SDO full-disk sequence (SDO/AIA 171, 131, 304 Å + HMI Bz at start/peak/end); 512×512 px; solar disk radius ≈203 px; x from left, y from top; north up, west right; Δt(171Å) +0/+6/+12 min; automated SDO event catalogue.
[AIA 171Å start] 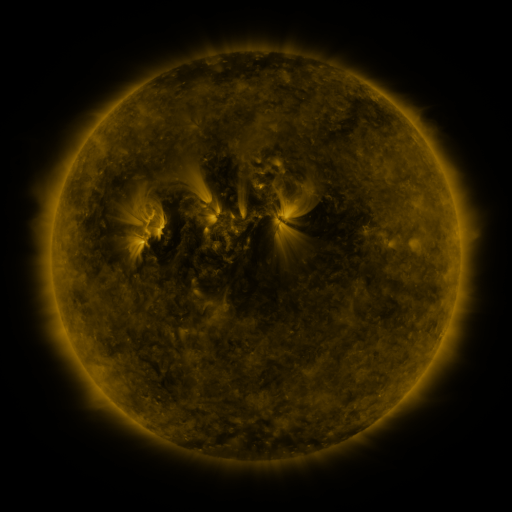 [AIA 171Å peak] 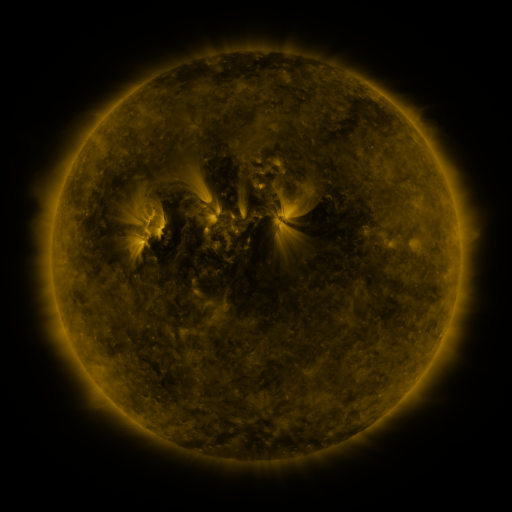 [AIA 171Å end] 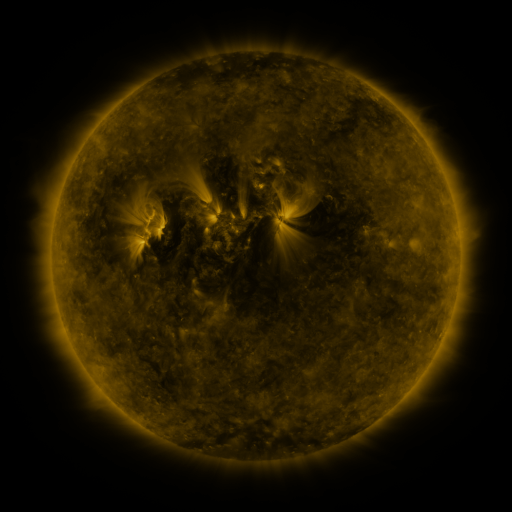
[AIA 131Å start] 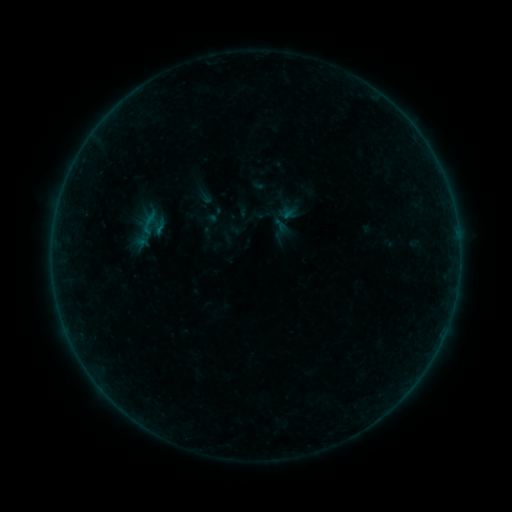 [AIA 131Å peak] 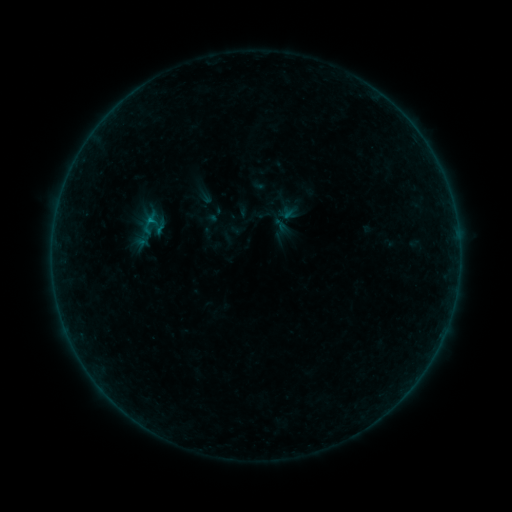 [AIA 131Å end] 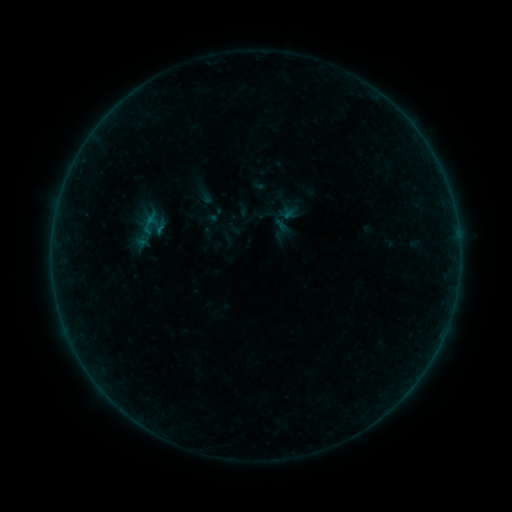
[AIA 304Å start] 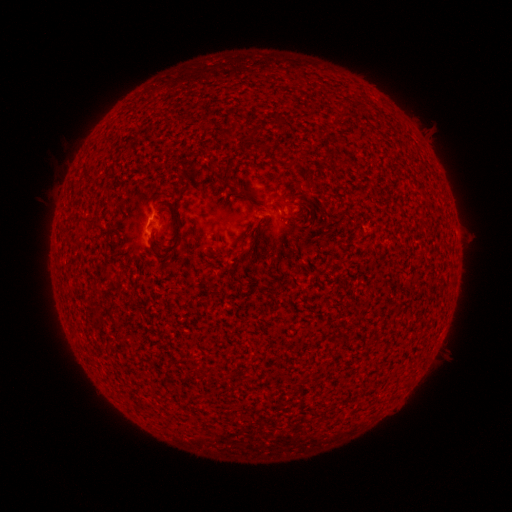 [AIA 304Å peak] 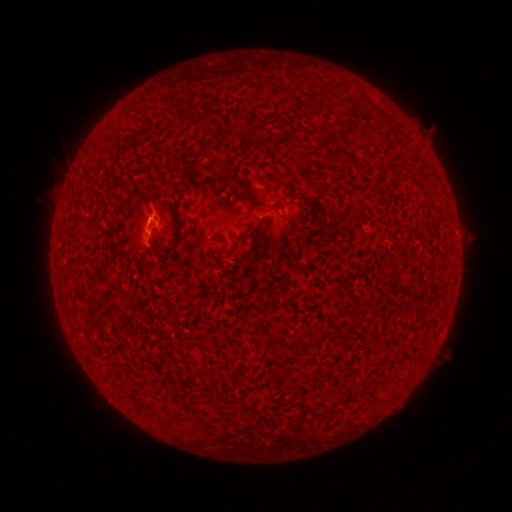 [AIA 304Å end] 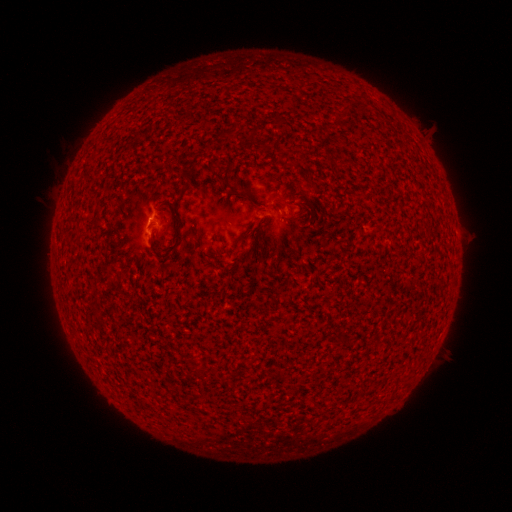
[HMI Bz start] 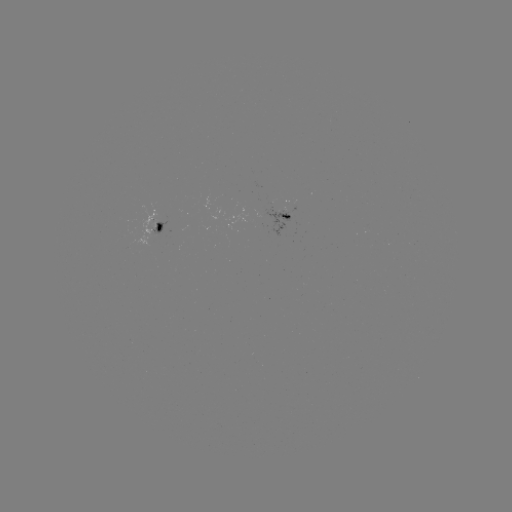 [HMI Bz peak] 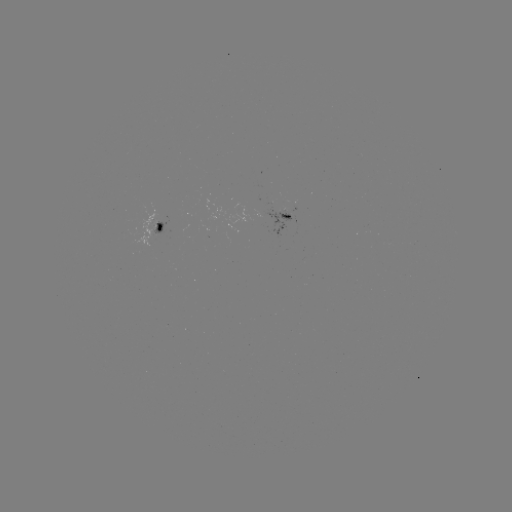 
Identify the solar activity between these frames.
B2.2 flare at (151, 221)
